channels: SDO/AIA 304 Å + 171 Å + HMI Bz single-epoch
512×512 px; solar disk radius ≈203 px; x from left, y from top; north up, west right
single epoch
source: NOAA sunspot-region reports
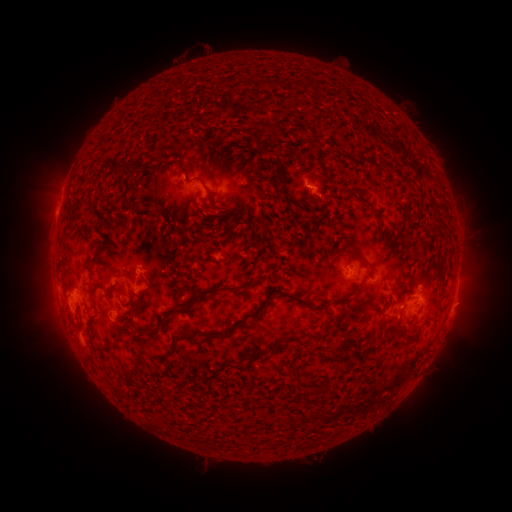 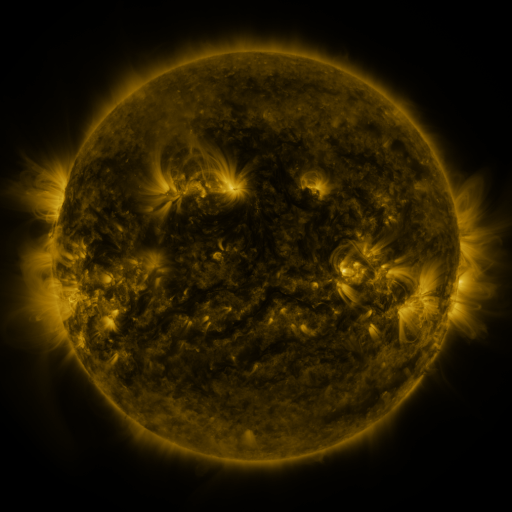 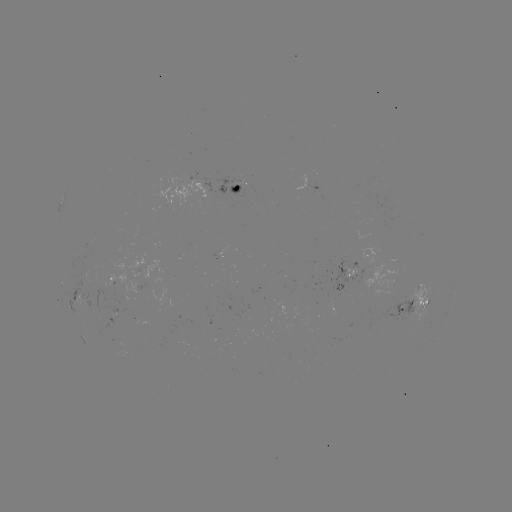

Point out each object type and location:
spotted active region: (310, 183)
spotted active region: (238, 185)
spotted active region: (177, 194)
spotted active region: (359, 269)
spotted active region: (114, 277)
spotted active region: (78, 294)
spotted active region: (420, 305)
